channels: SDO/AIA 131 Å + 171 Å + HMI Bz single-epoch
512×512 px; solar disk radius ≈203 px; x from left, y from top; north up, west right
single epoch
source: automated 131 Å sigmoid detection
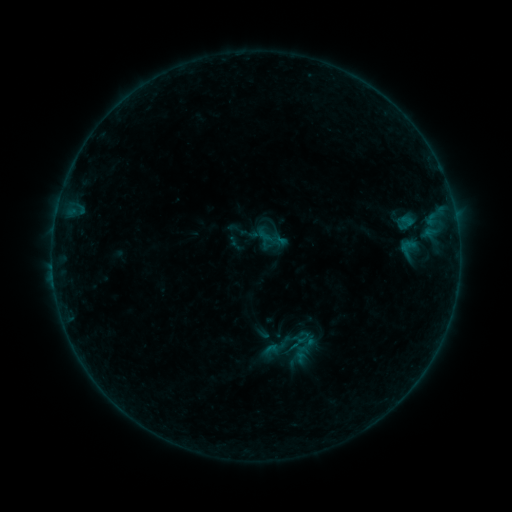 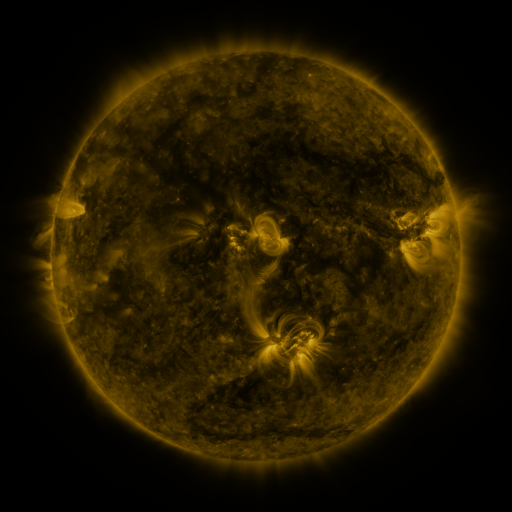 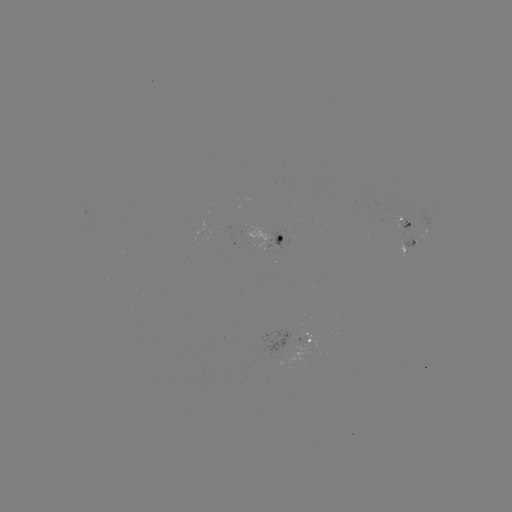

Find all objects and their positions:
sigmoid: [395, 237, 421, 259]
